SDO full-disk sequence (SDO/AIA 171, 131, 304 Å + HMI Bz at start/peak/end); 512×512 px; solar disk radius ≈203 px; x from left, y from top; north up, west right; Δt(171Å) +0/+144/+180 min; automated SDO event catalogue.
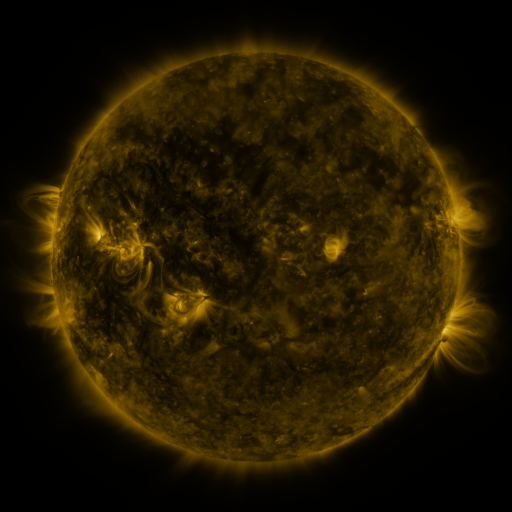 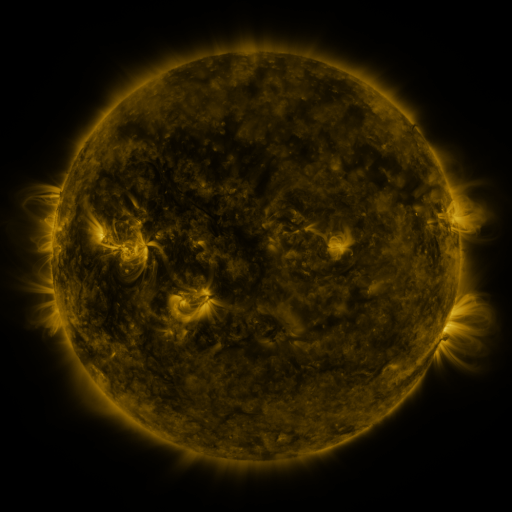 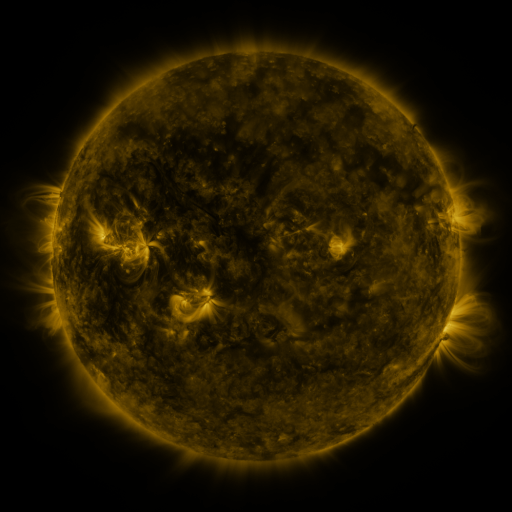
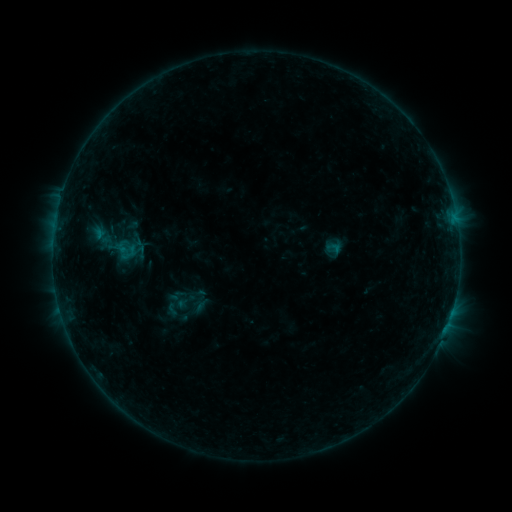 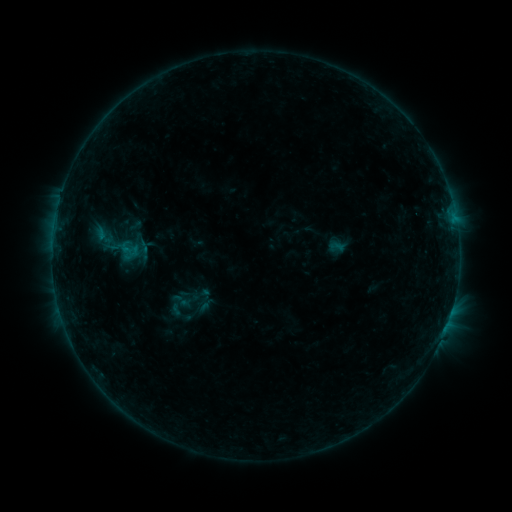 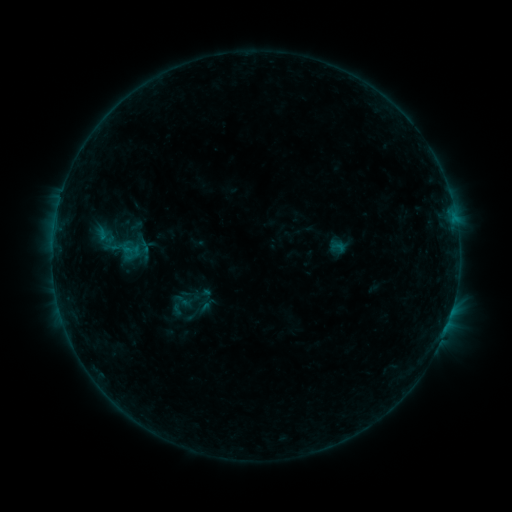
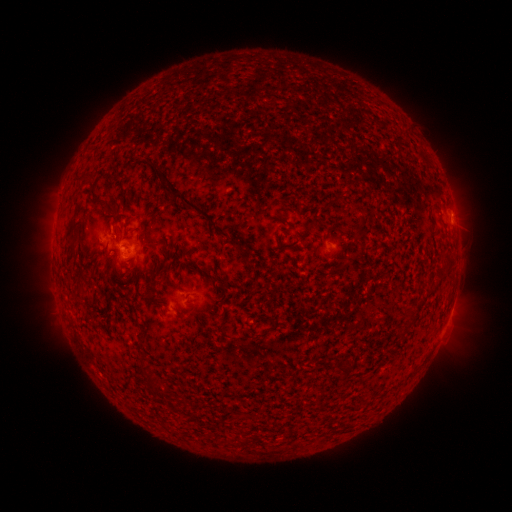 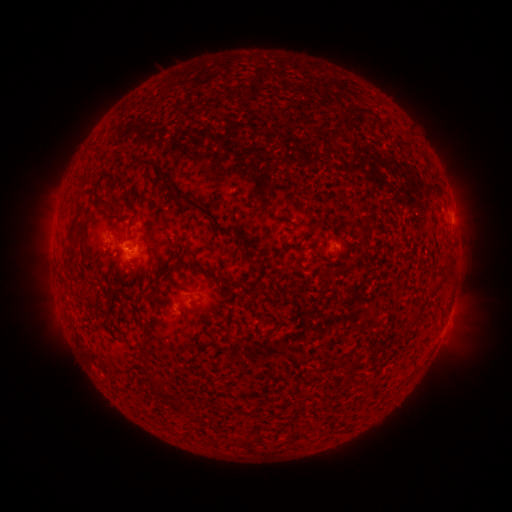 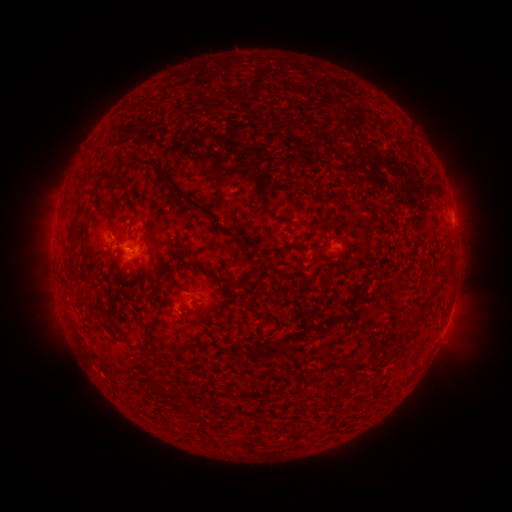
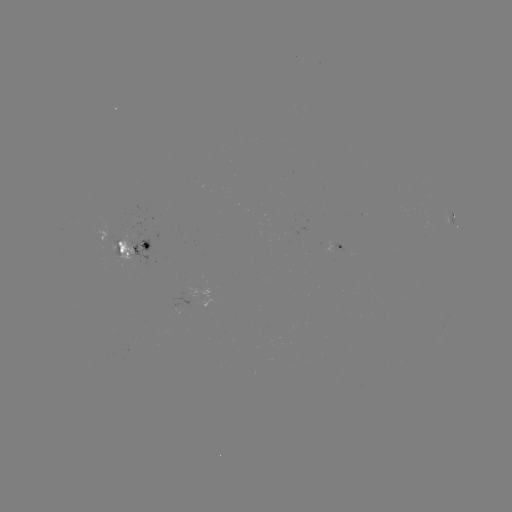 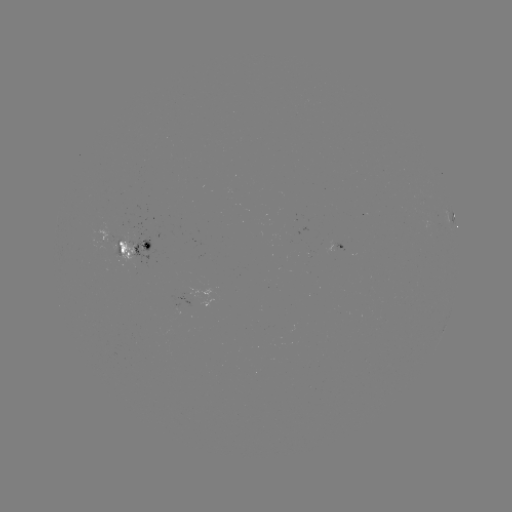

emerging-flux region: [108, 233, 120, 263]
